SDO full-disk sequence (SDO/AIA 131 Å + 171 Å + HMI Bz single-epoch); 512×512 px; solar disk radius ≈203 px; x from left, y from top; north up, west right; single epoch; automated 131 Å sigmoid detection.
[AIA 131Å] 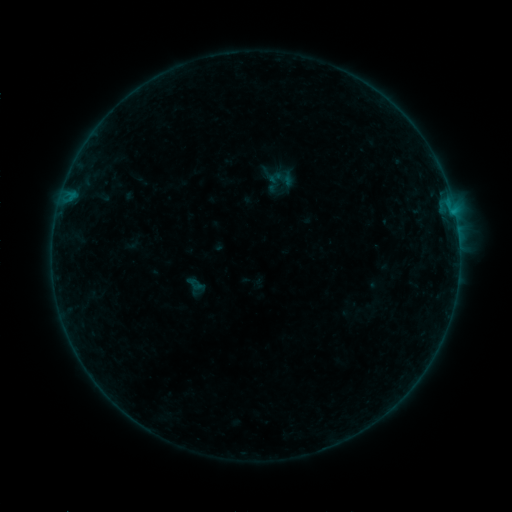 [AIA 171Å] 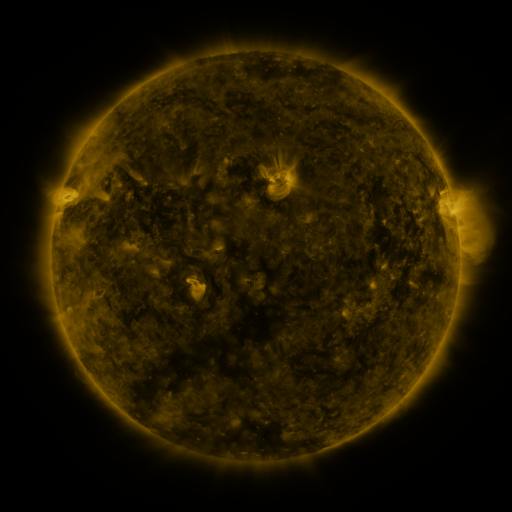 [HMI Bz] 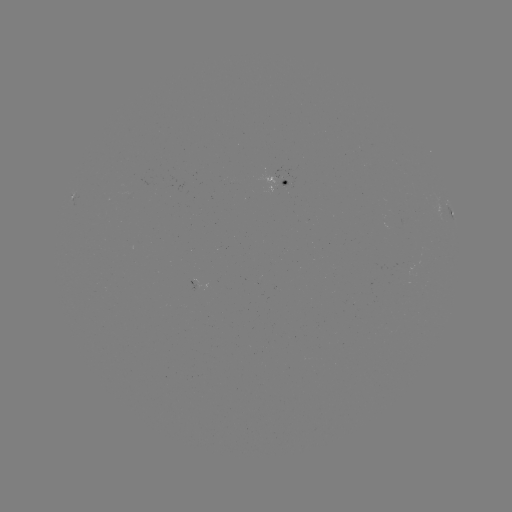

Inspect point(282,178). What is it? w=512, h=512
sigmoid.